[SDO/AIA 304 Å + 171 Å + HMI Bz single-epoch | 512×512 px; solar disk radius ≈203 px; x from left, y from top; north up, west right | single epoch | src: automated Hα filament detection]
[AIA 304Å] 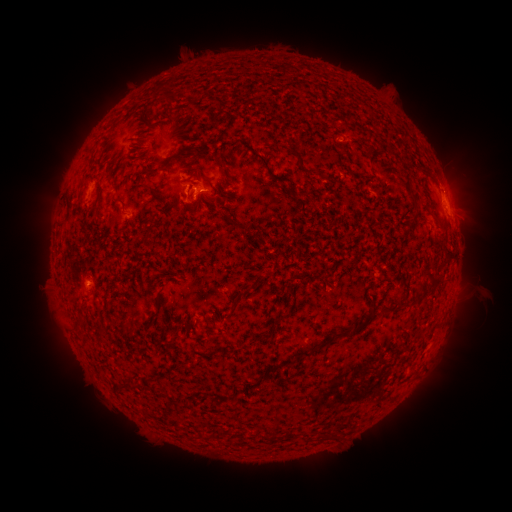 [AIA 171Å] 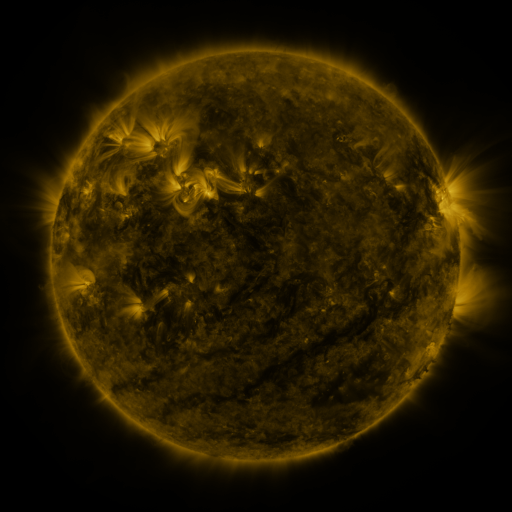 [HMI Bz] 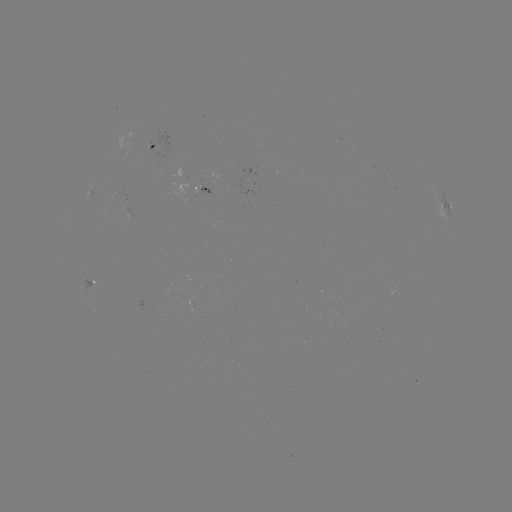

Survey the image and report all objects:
filament: (170, 160)
filament: (265, 162)
filament: (221, 163)
filament: (197, 177)
filament: (209, 181)
filament: (144, 184)
filament: (121, 200)
filament: (69, 204)
filament: (432, 280)
filament: (256, 281)
filament: (361, 326)
filament: (322, 345)
filament: (302, 354)
